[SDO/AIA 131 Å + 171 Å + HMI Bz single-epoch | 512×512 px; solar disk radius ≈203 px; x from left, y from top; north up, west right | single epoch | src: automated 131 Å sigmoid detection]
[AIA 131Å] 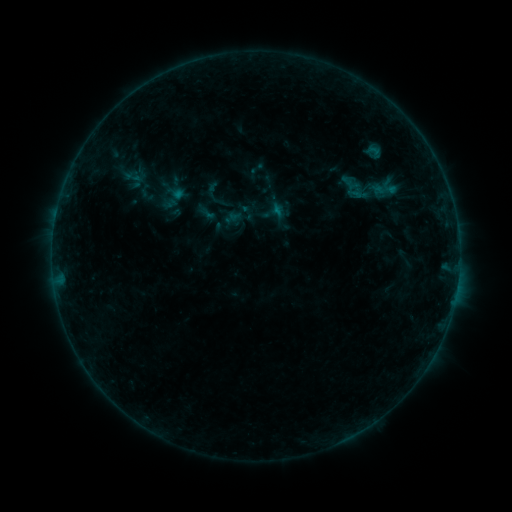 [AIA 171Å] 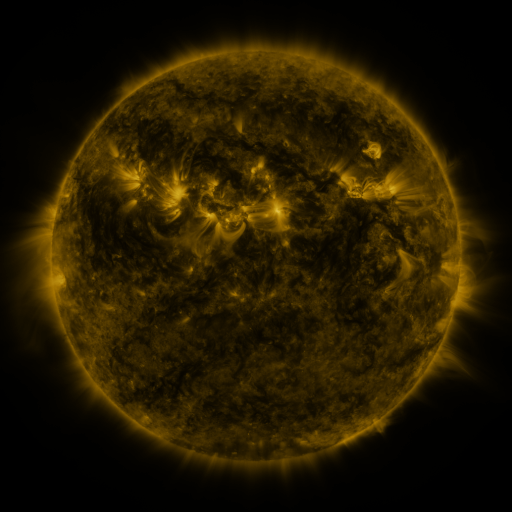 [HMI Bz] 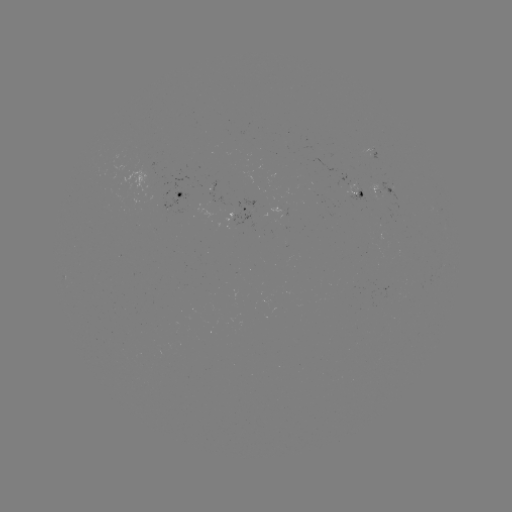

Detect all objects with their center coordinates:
sigmoid: (260, 198, 286, 225)
